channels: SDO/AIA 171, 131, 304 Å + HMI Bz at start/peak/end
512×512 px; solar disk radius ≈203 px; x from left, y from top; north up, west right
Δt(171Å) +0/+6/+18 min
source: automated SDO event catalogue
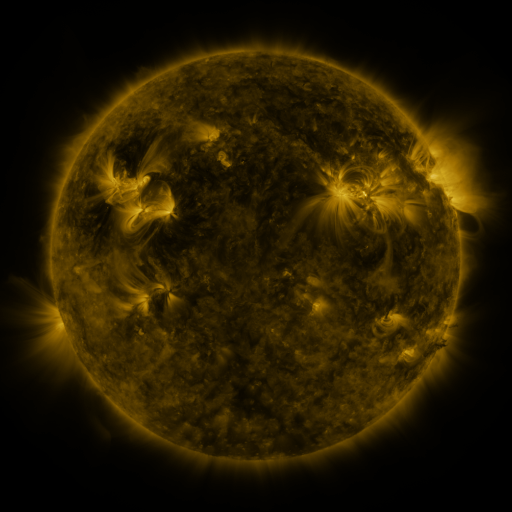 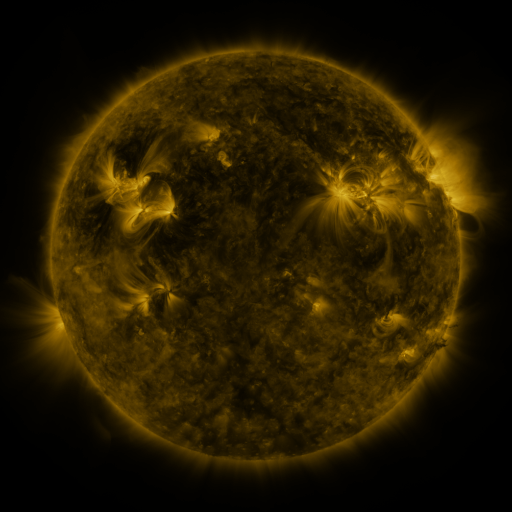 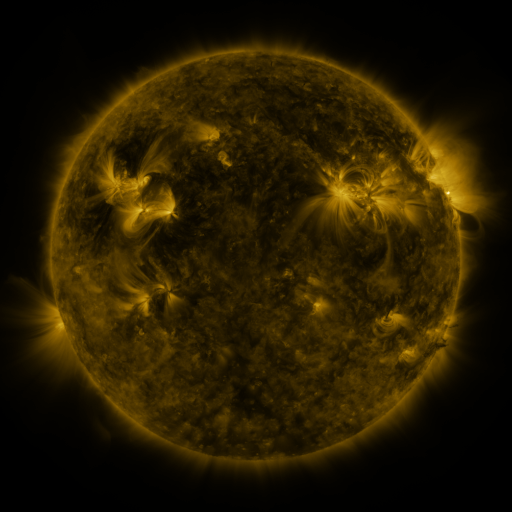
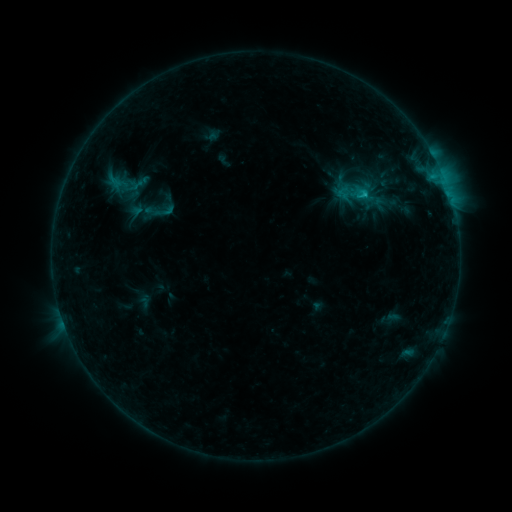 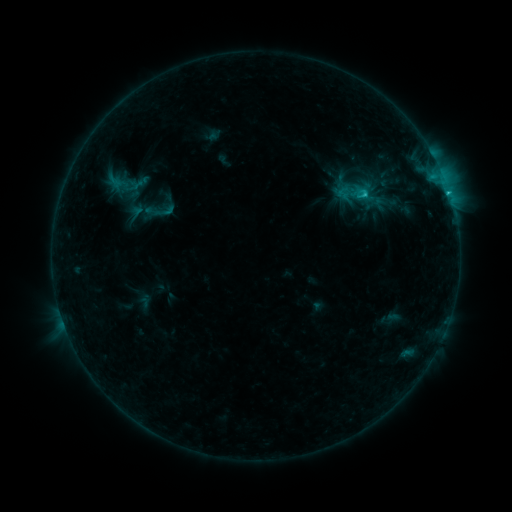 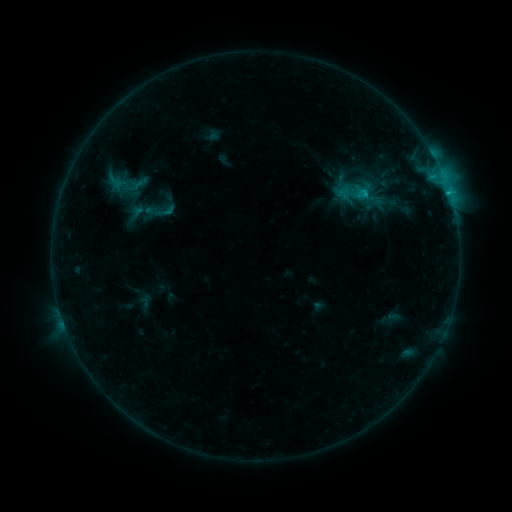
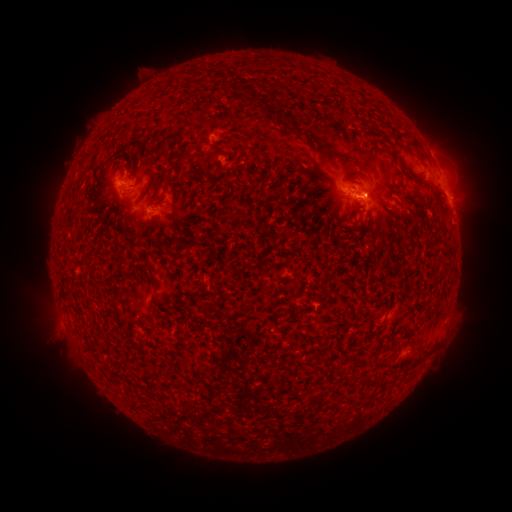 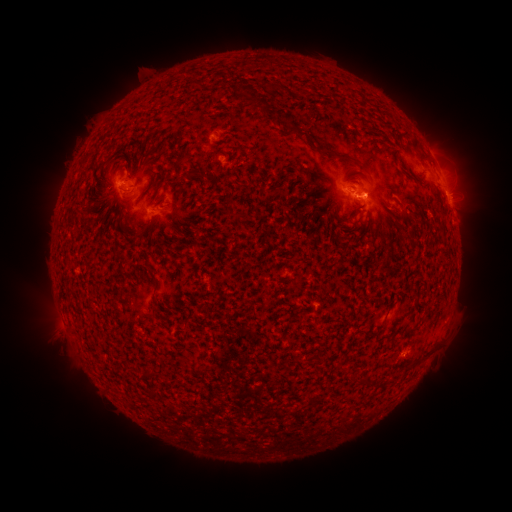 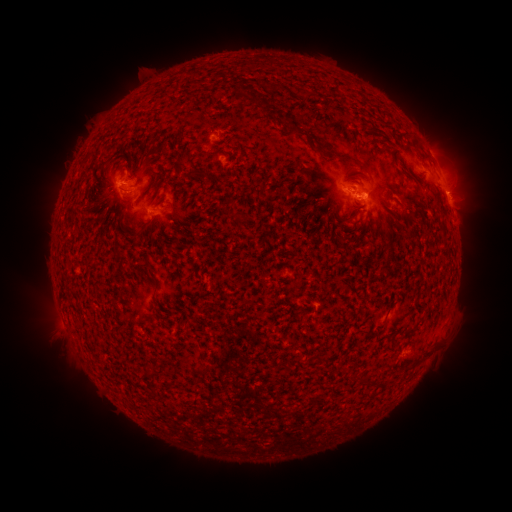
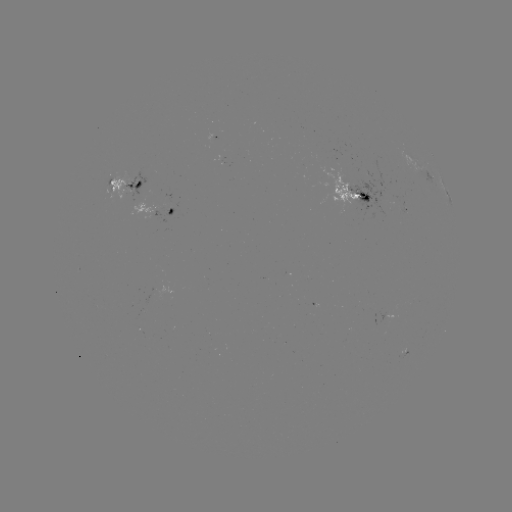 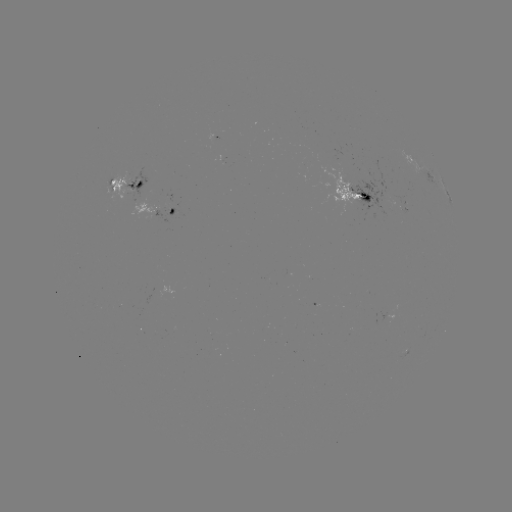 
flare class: C1.7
